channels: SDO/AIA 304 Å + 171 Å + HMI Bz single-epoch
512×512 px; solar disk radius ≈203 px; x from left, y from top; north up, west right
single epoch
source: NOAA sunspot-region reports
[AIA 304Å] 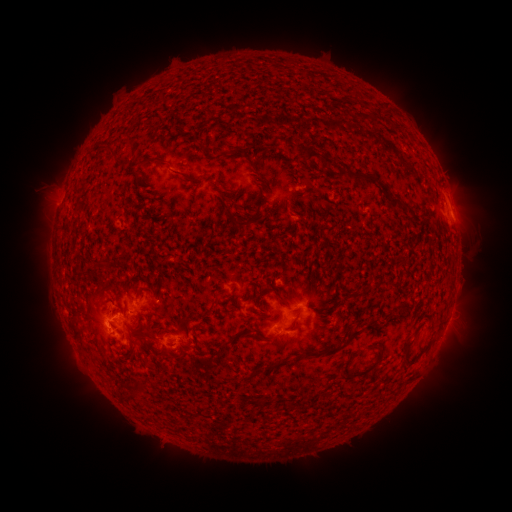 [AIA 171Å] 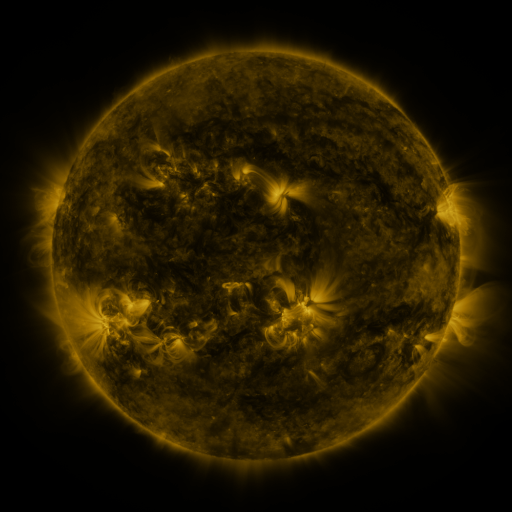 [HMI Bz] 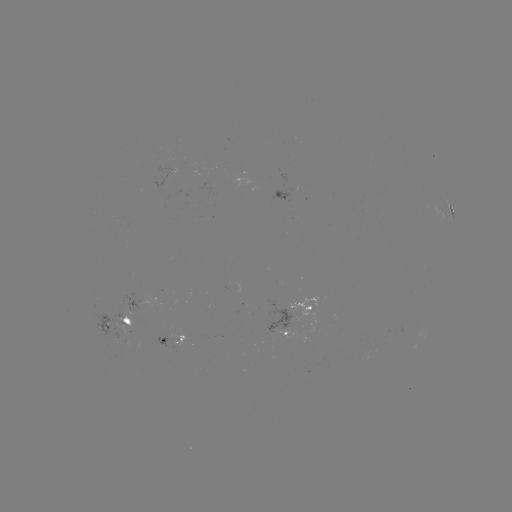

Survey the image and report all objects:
spotted active region: (287, 196)
spotted active region: (451, 211)
spotted active region: (151, 296)
spotted active region: (302, 312)
spotted active region: (122, 322)
spotted active region: (174, 339)
